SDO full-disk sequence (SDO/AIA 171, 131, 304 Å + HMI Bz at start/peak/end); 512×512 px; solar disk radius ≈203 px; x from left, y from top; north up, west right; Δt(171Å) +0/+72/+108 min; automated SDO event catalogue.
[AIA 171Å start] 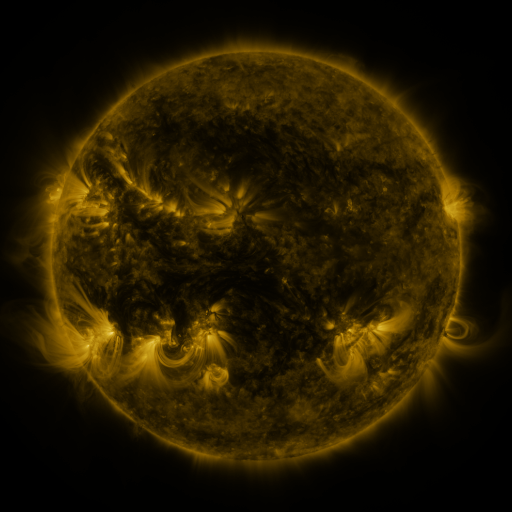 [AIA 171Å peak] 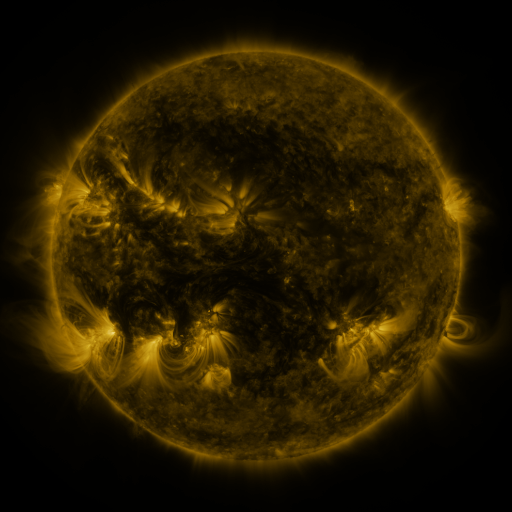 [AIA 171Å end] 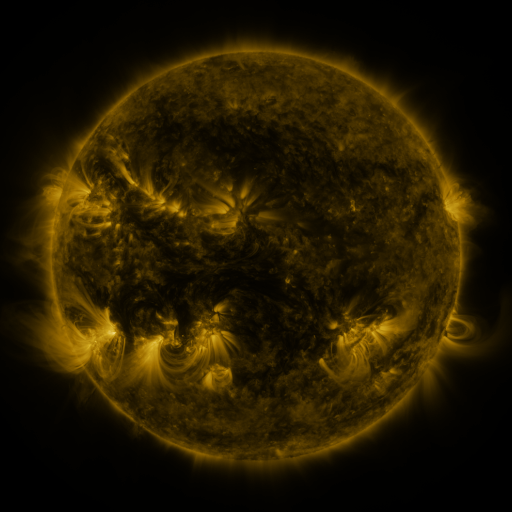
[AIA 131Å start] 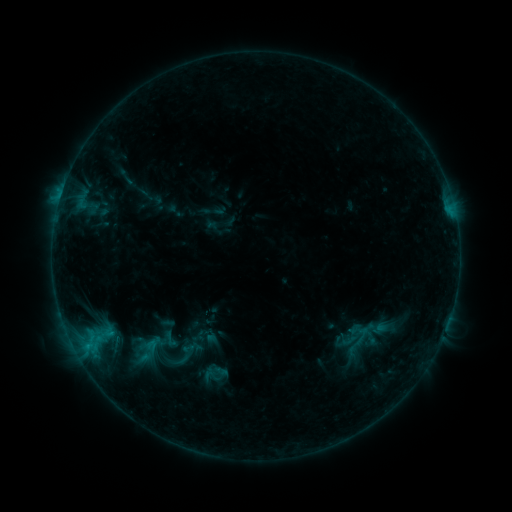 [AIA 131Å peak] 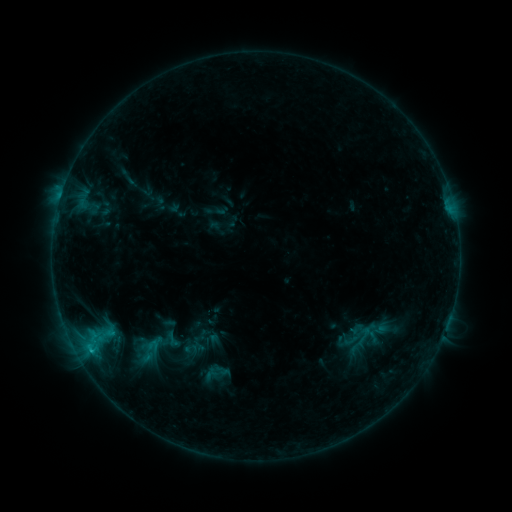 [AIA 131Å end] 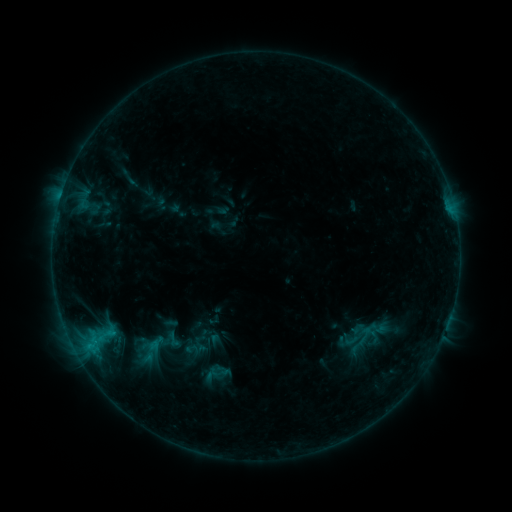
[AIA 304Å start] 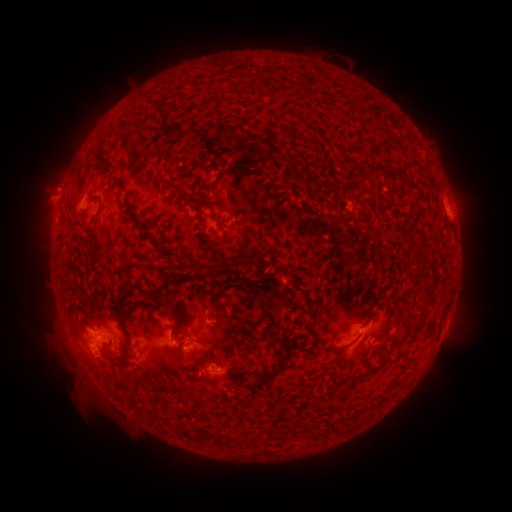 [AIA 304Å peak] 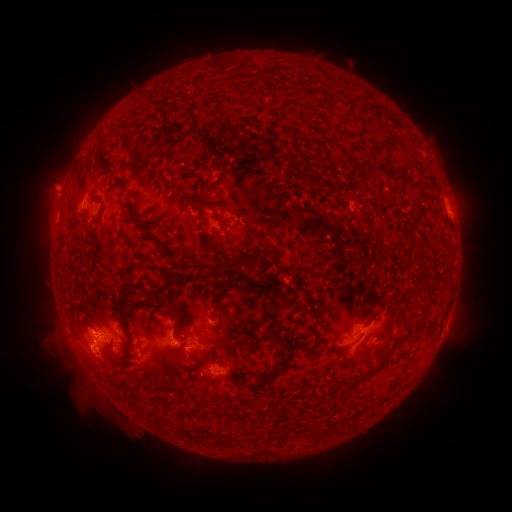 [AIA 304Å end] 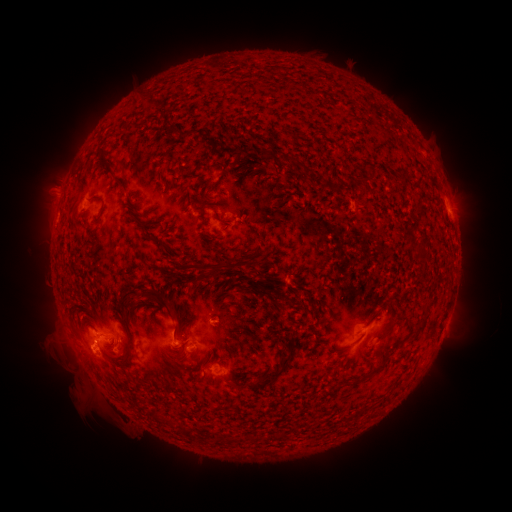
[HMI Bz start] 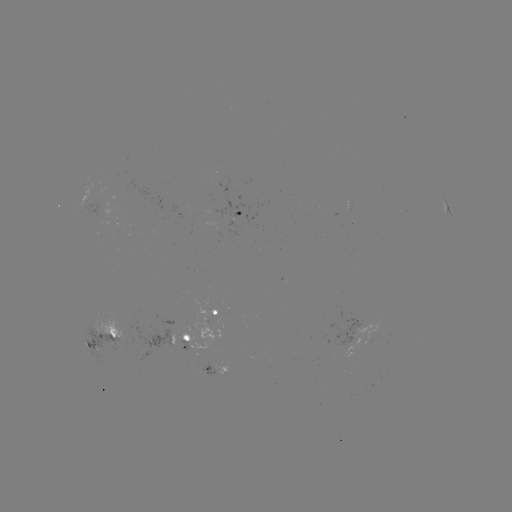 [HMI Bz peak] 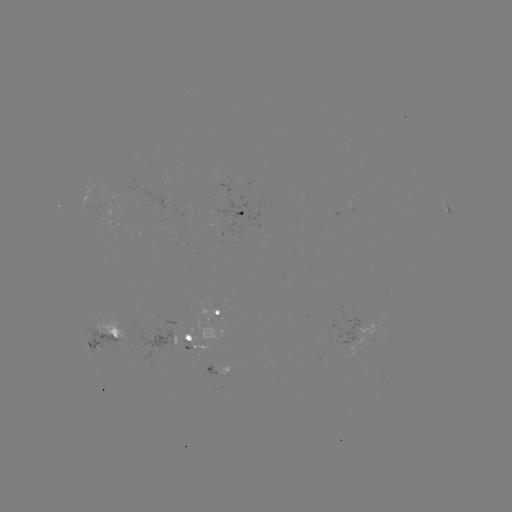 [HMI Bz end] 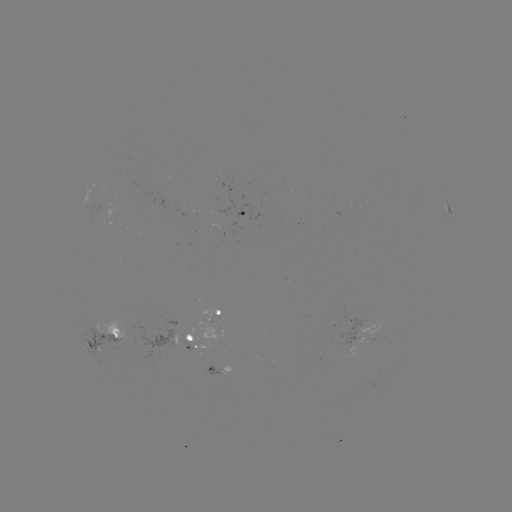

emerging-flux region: (342, 200, 351, 213)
